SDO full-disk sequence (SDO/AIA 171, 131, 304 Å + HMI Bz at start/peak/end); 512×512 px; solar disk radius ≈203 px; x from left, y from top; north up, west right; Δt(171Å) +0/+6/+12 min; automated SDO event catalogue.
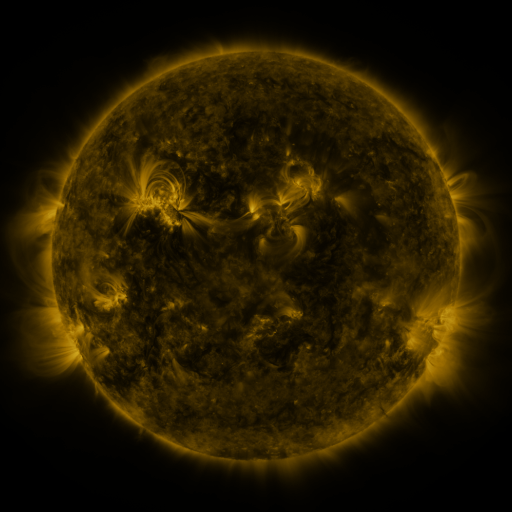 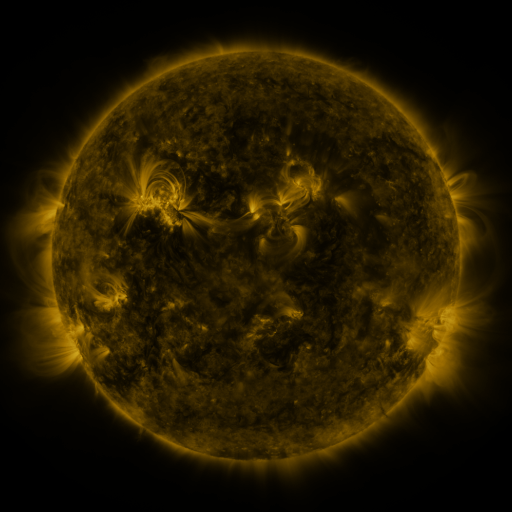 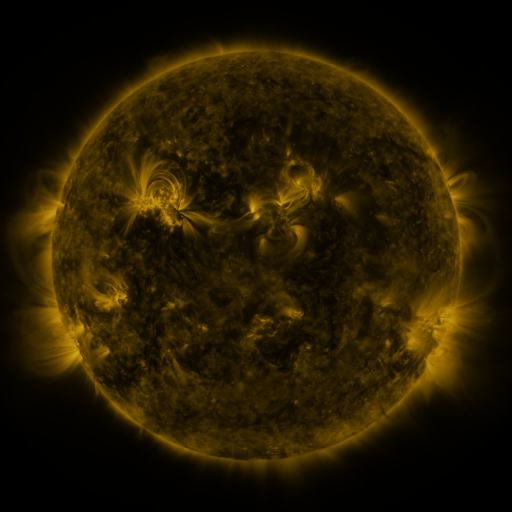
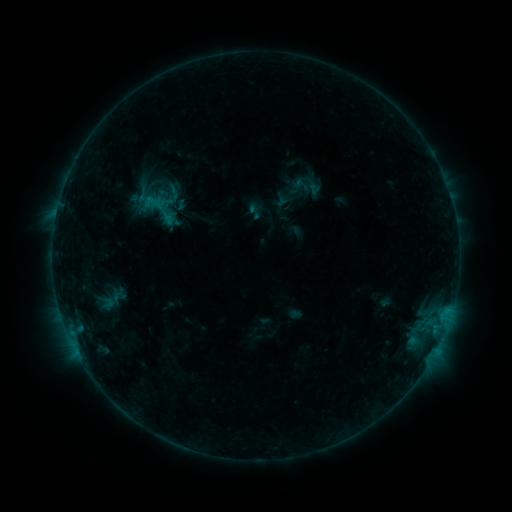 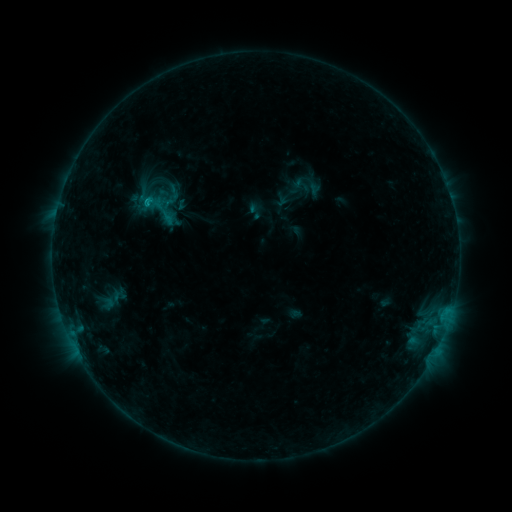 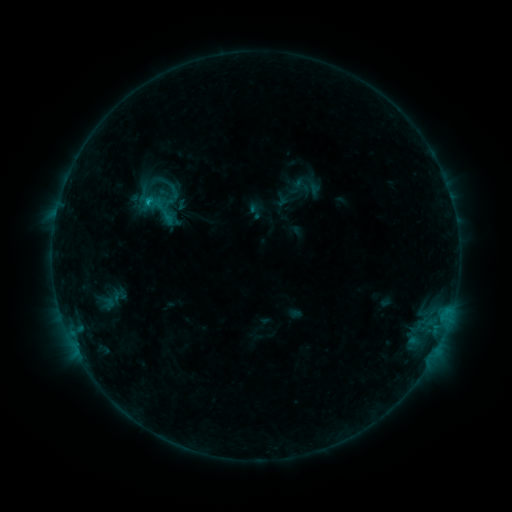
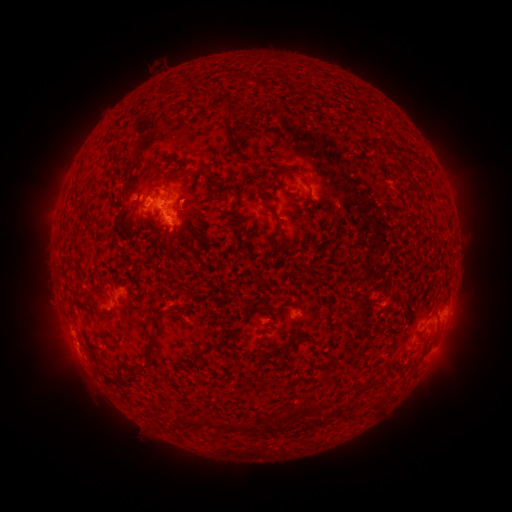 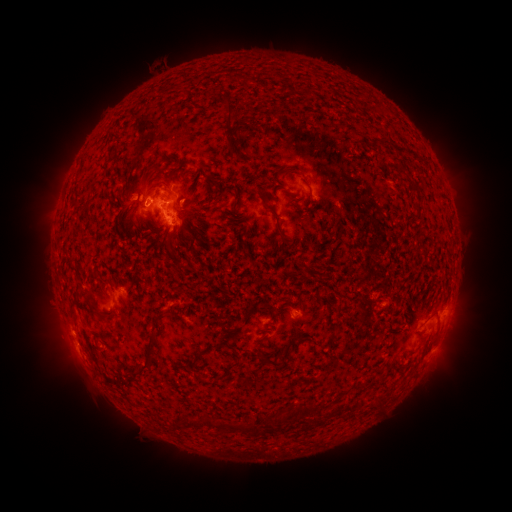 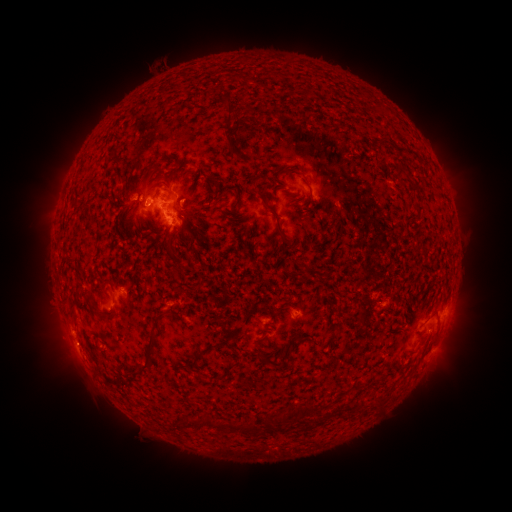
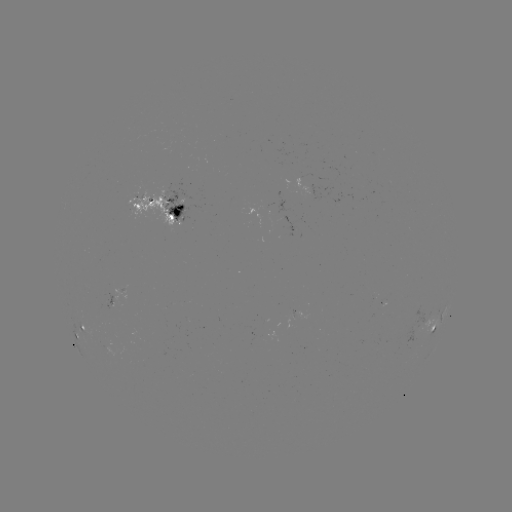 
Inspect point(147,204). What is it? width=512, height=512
B9.4 flare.